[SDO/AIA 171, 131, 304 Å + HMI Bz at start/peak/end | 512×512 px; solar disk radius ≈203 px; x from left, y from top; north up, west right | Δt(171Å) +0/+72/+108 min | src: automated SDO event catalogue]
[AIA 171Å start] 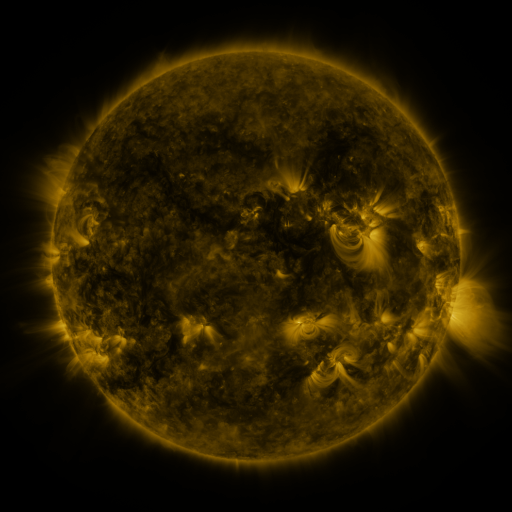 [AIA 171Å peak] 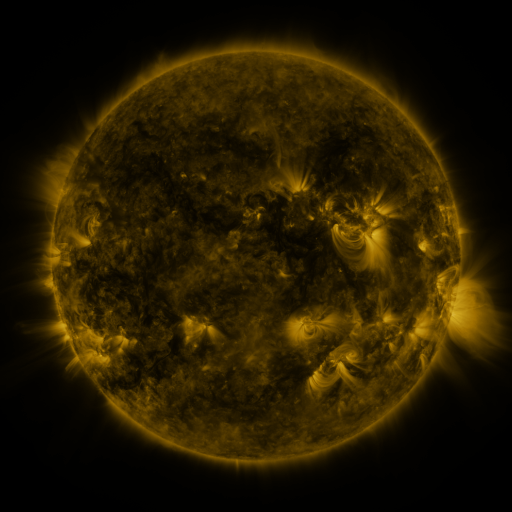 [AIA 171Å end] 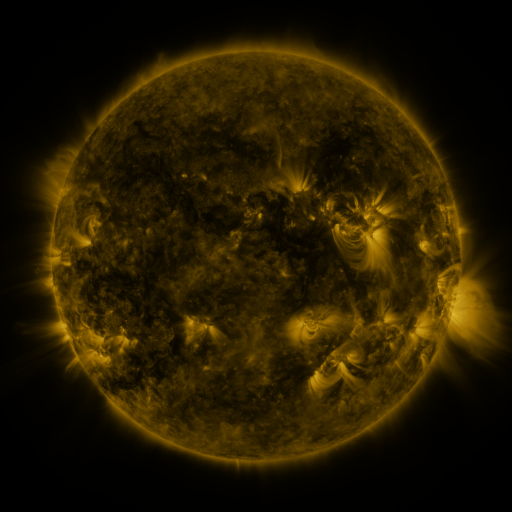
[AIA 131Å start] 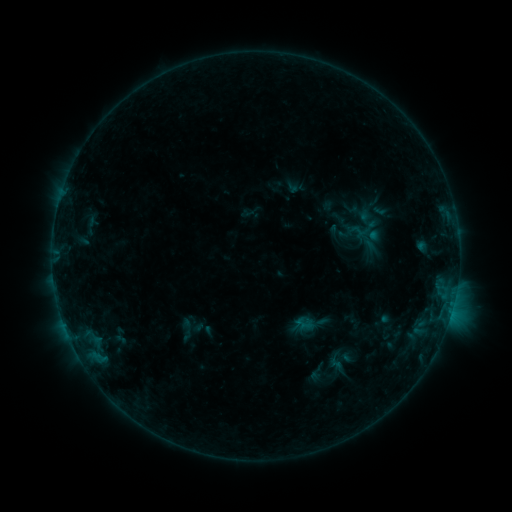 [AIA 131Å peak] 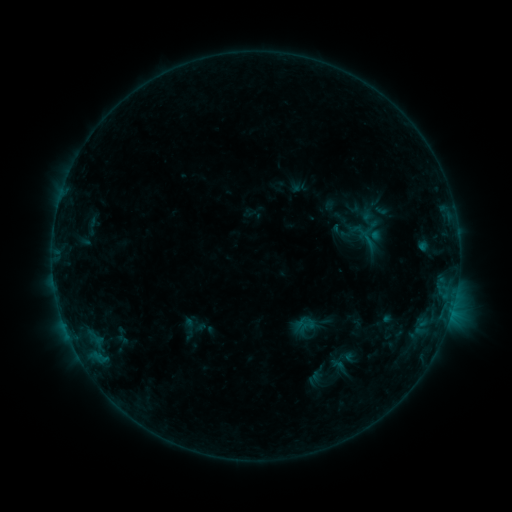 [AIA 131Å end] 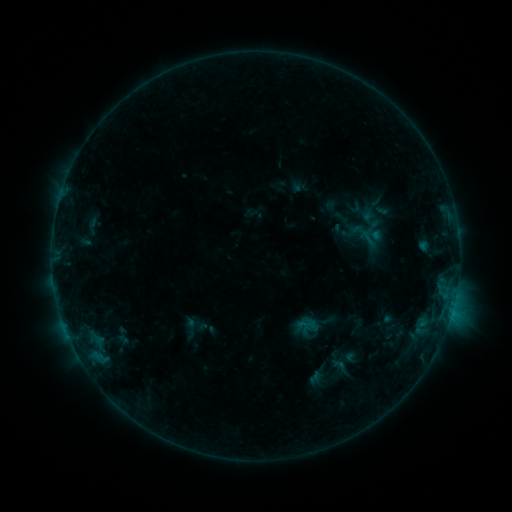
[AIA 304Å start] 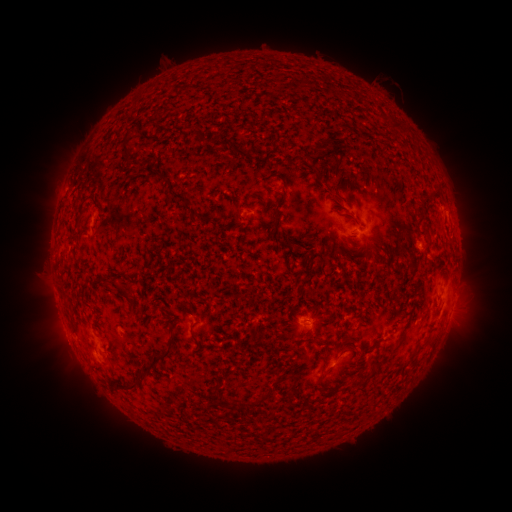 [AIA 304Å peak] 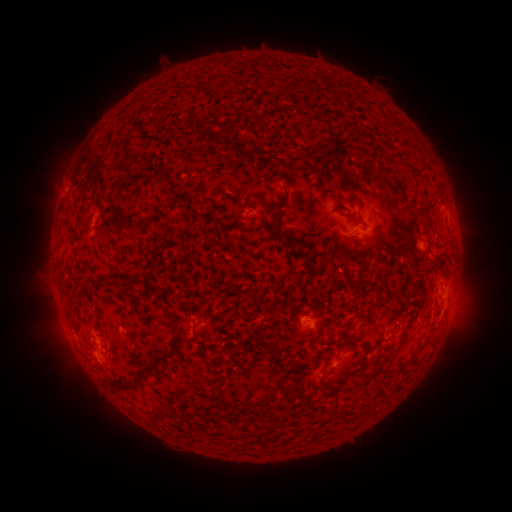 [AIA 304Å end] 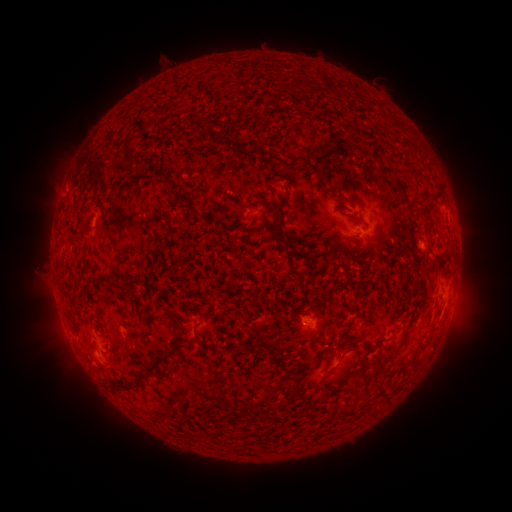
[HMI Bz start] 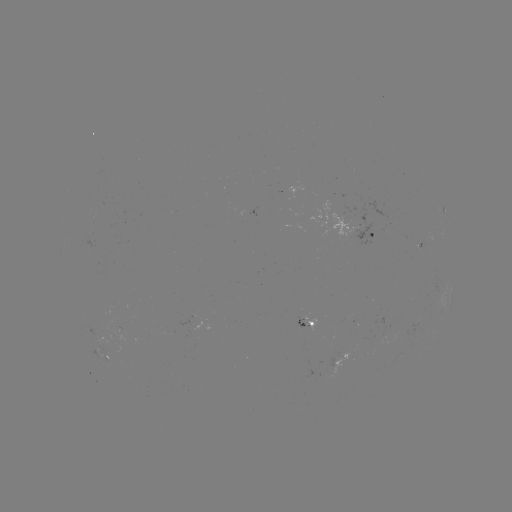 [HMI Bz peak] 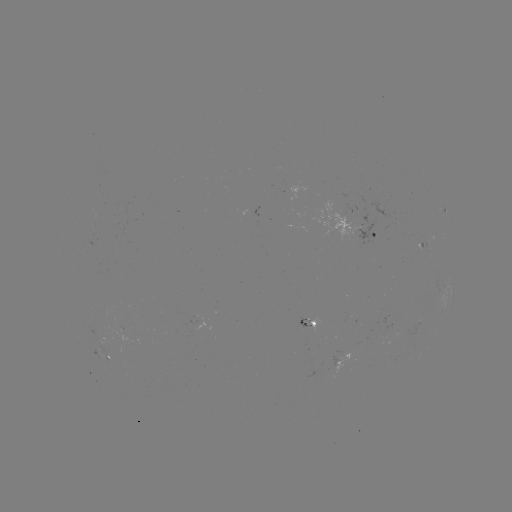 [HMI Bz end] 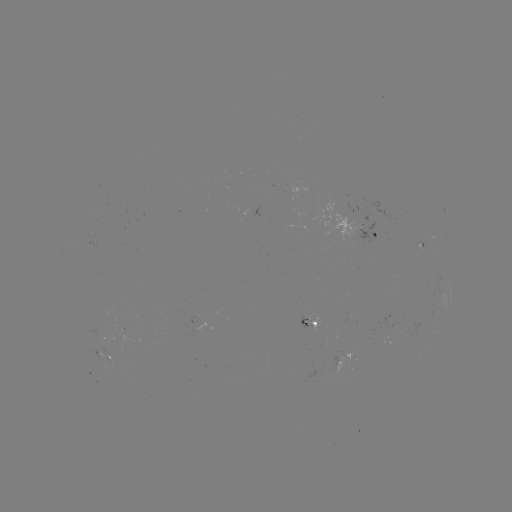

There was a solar emerging-flux region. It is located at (408, 329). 